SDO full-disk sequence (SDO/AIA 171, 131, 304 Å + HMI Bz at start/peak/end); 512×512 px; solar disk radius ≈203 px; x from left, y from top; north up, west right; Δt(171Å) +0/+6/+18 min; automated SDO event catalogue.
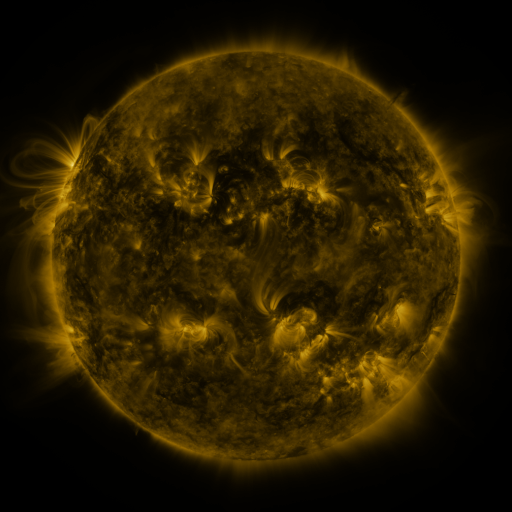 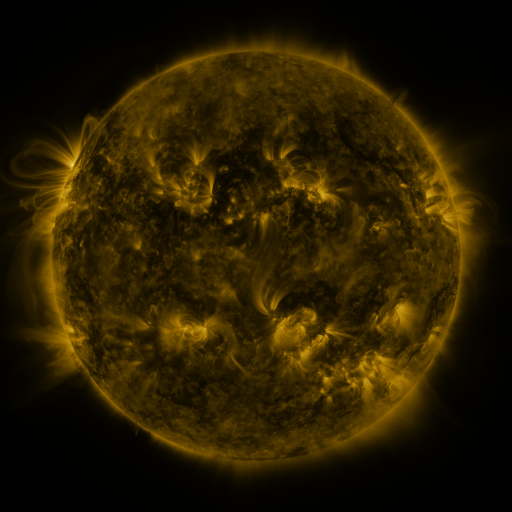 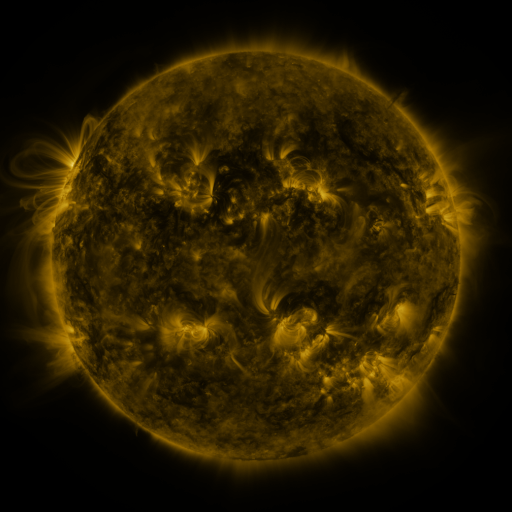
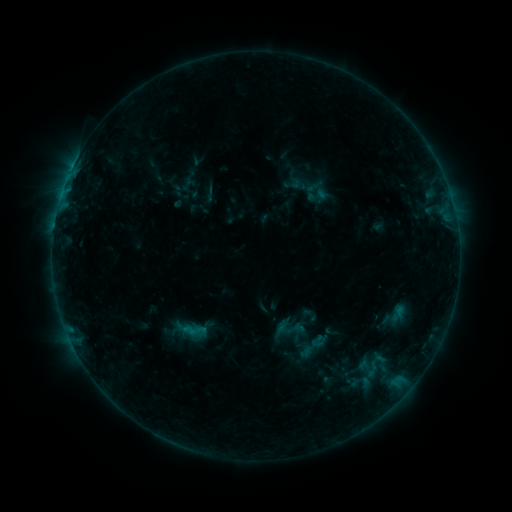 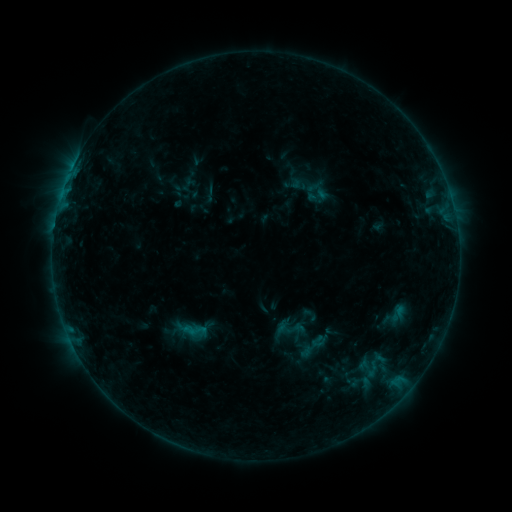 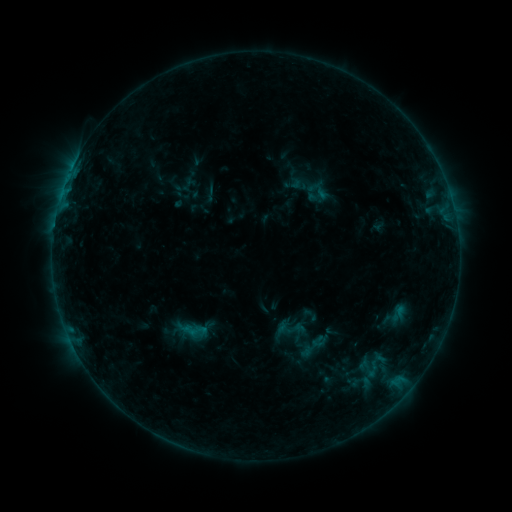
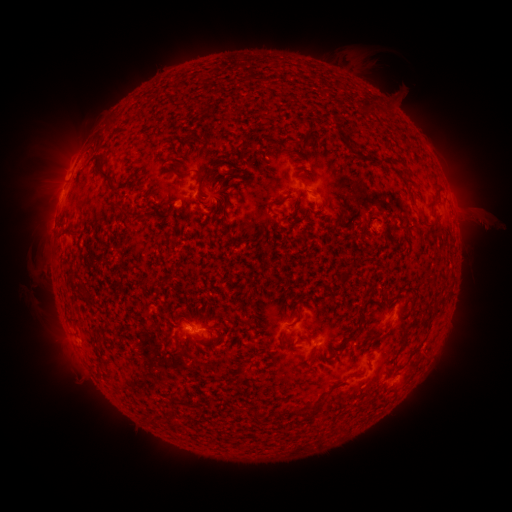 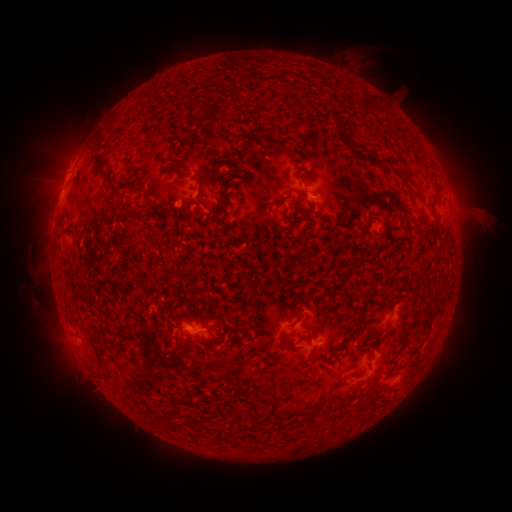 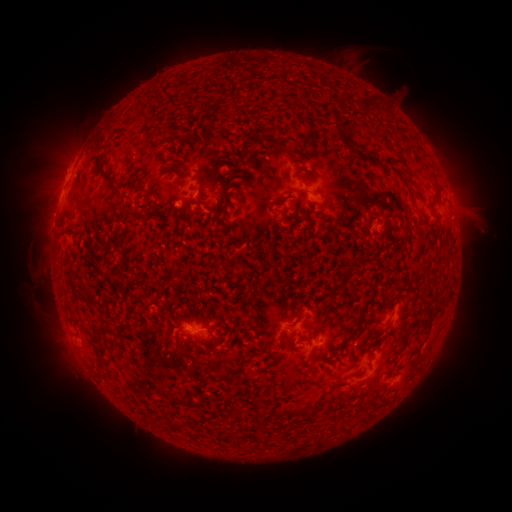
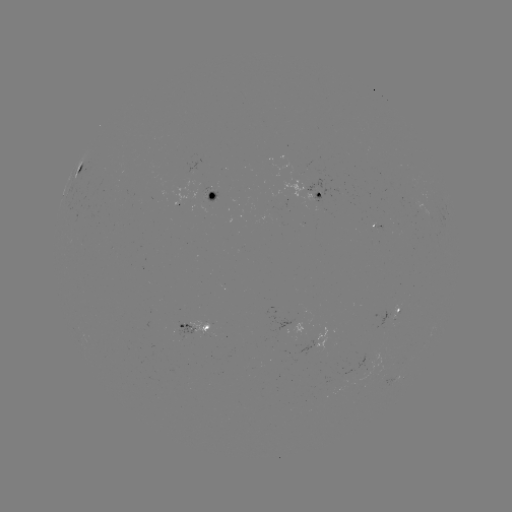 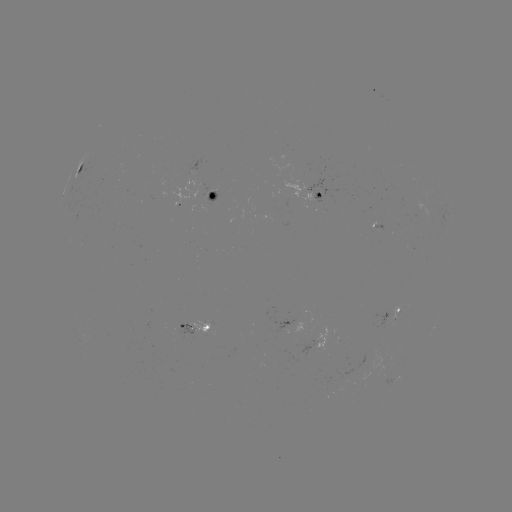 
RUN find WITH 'eruption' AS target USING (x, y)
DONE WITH (484, 222) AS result